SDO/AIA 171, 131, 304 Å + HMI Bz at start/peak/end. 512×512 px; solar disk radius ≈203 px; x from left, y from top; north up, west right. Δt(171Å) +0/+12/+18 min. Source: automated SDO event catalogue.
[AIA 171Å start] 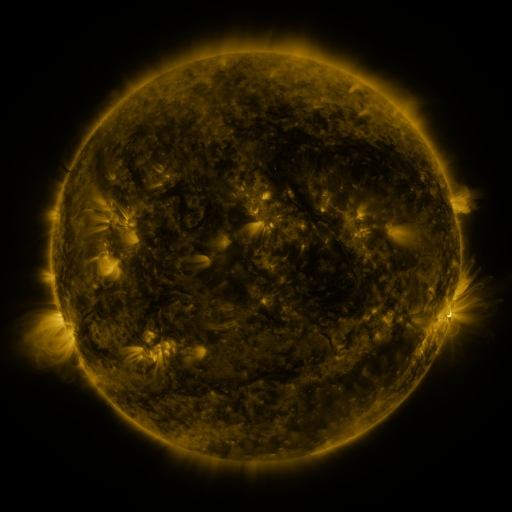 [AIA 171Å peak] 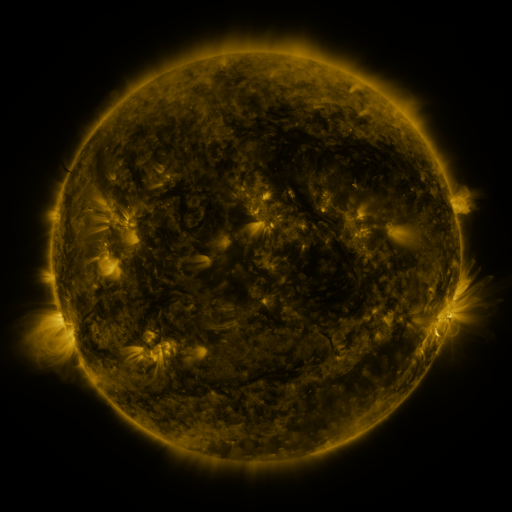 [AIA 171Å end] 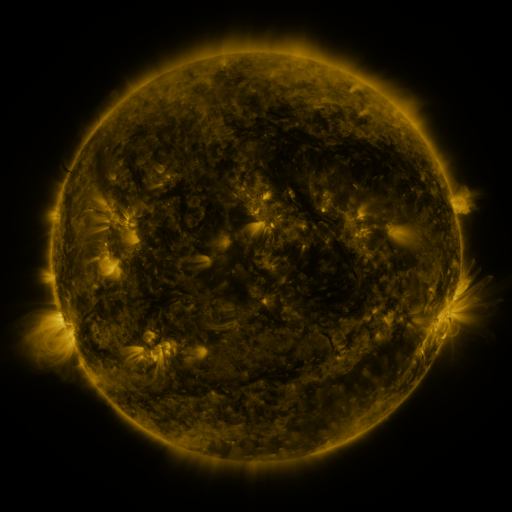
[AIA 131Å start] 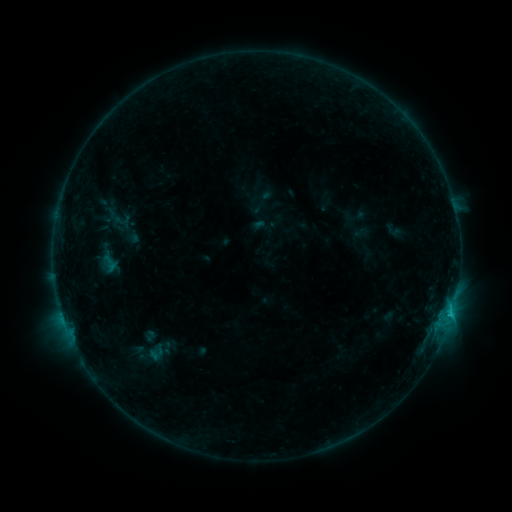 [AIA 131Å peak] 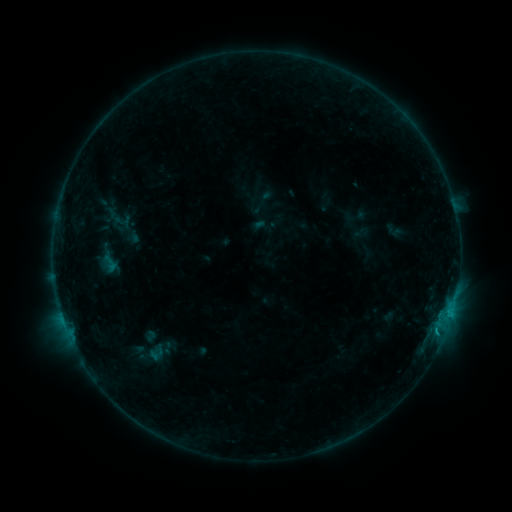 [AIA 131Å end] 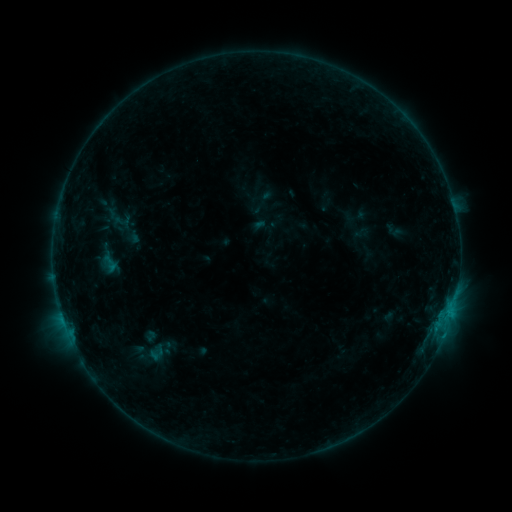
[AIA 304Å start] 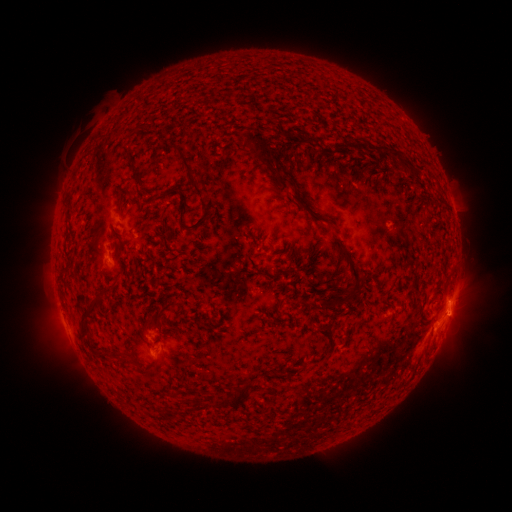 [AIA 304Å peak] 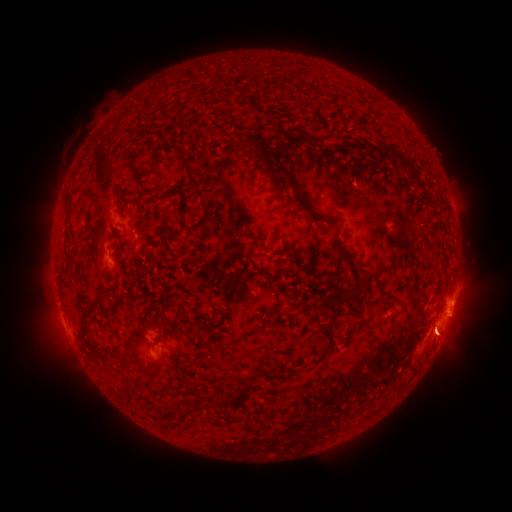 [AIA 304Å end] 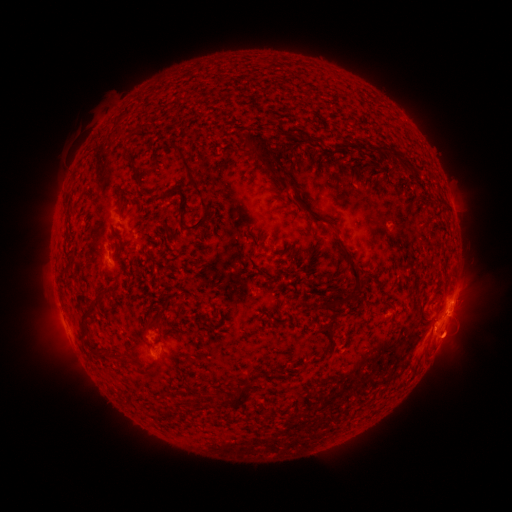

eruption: (408, 296, 468, 366)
